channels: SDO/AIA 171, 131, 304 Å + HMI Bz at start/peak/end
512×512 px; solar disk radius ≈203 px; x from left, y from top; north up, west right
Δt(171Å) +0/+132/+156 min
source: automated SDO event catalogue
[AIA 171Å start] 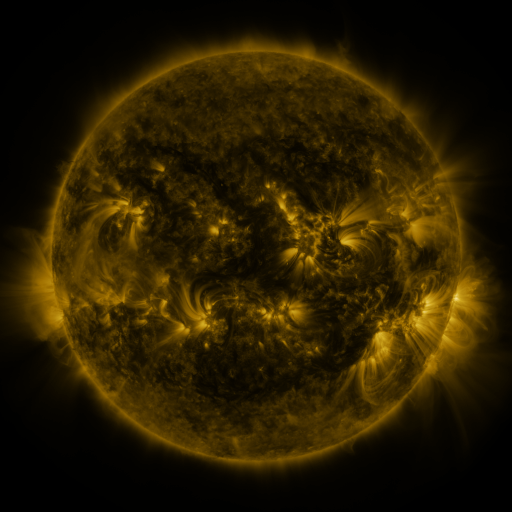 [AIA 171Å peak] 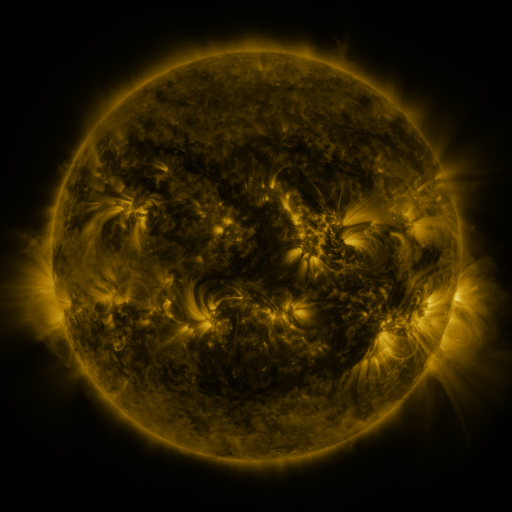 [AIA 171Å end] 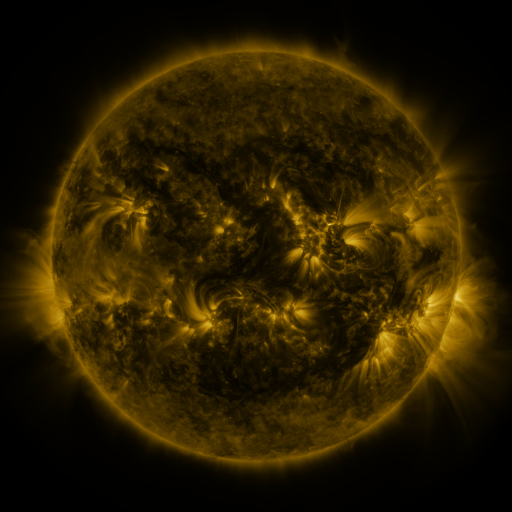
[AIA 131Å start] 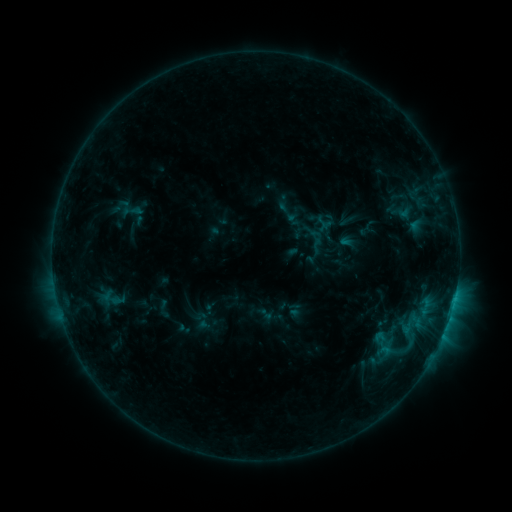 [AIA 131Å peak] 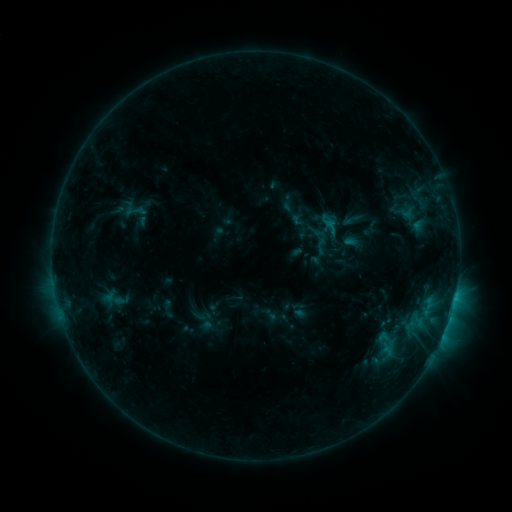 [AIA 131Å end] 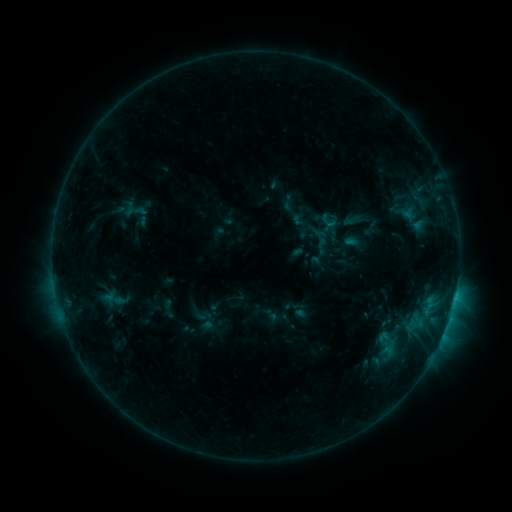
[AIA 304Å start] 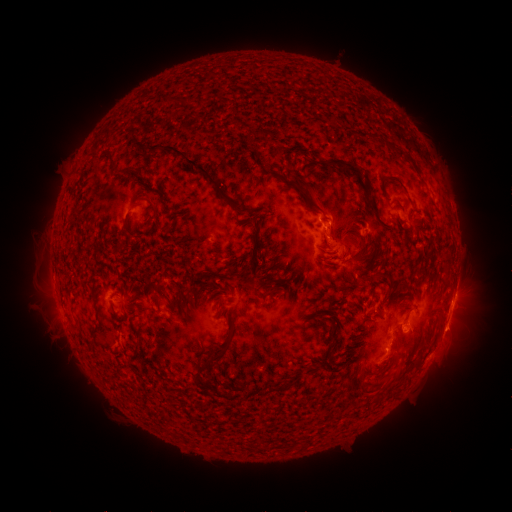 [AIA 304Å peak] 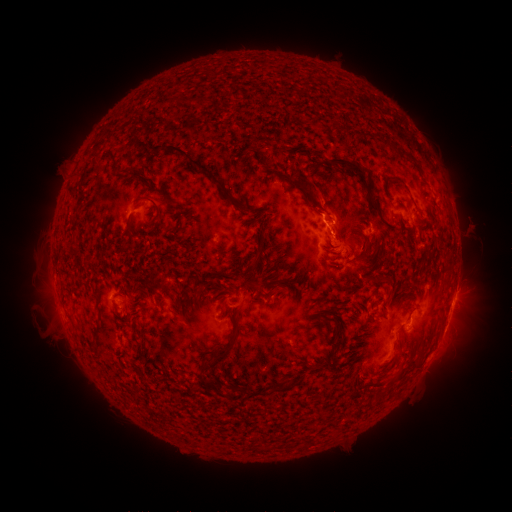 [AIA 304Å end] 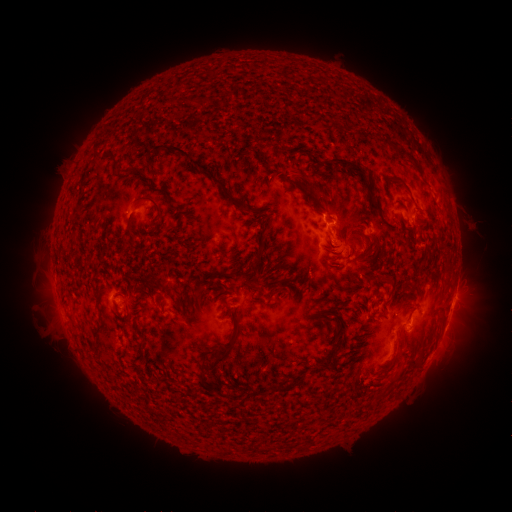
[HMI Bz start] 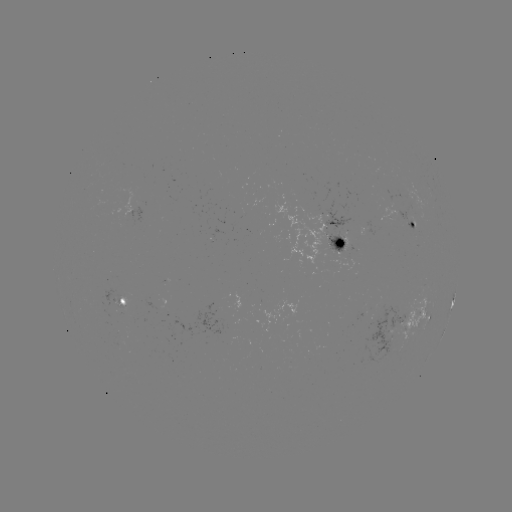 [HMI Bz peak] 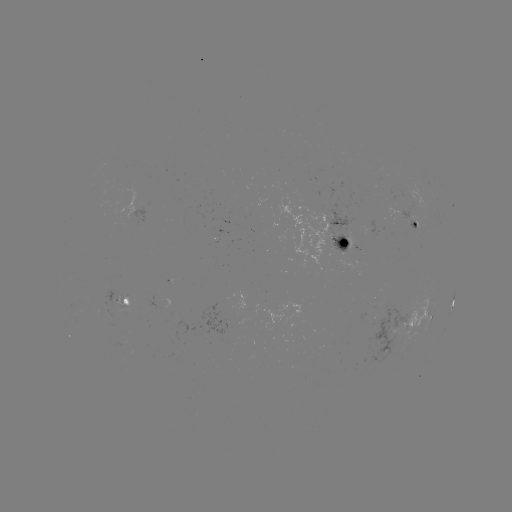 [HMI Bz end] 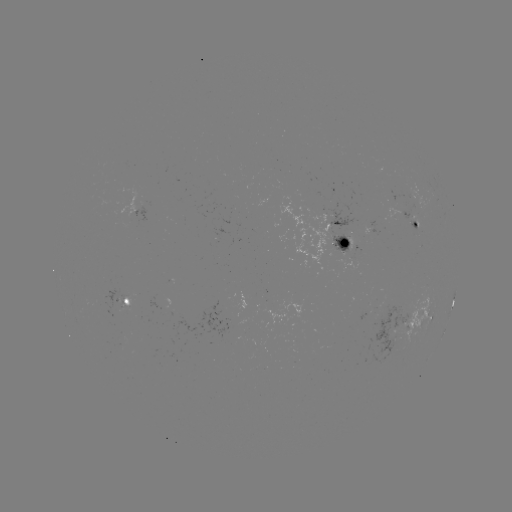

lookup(emerging-flux region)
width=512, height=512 [393, 331]